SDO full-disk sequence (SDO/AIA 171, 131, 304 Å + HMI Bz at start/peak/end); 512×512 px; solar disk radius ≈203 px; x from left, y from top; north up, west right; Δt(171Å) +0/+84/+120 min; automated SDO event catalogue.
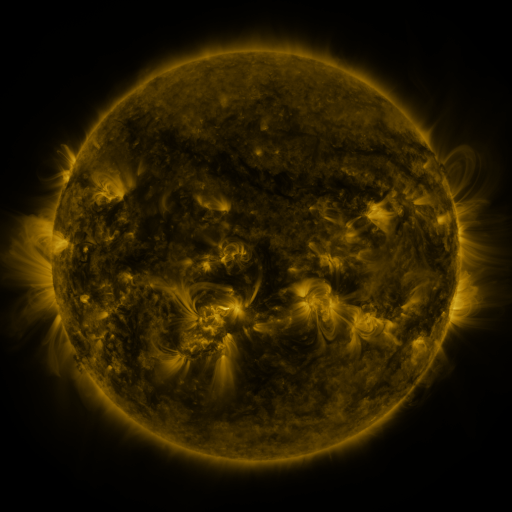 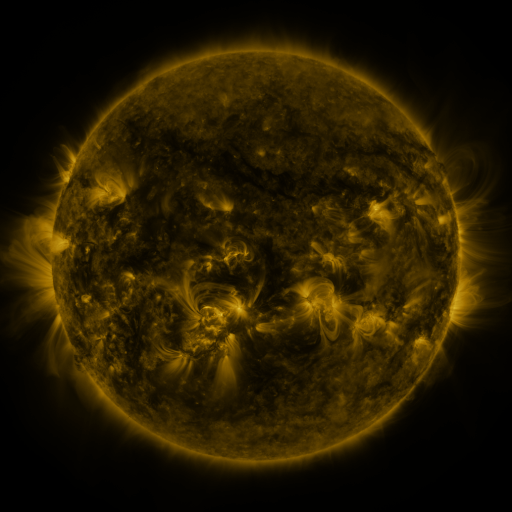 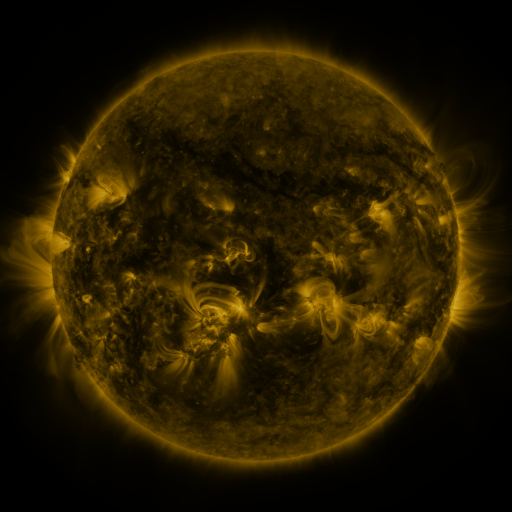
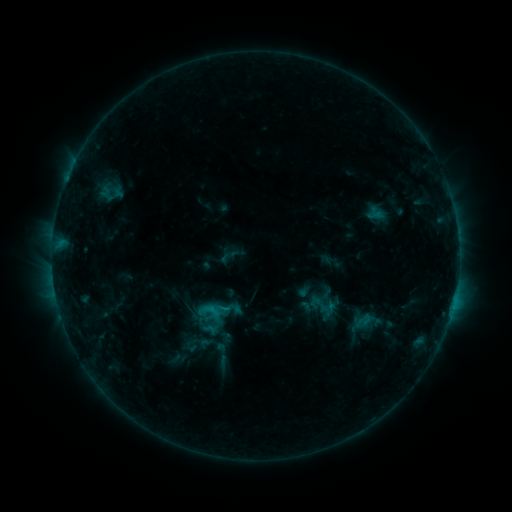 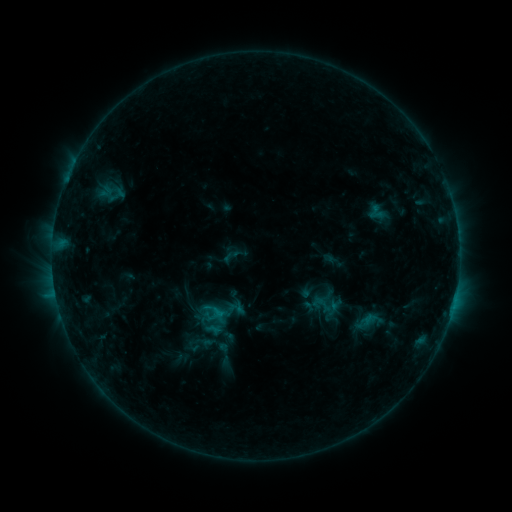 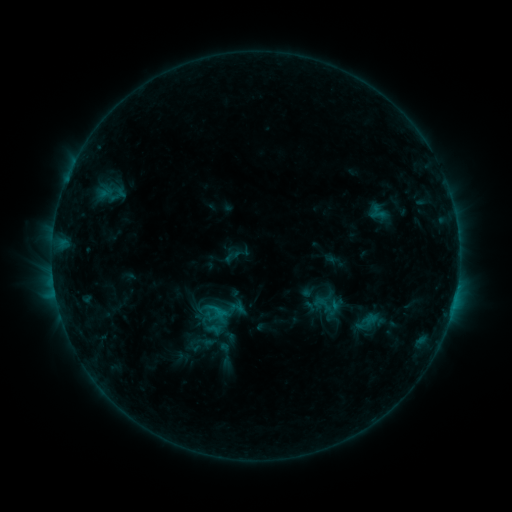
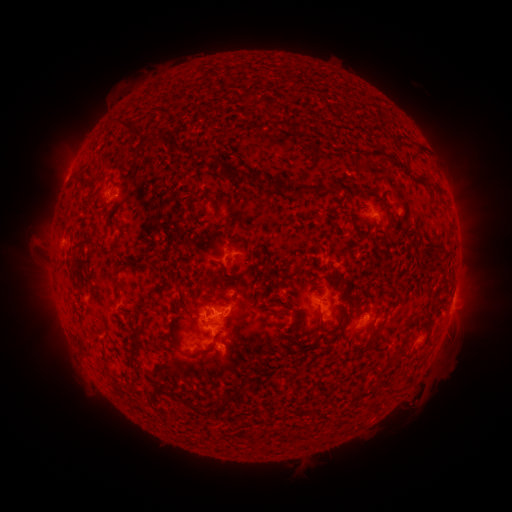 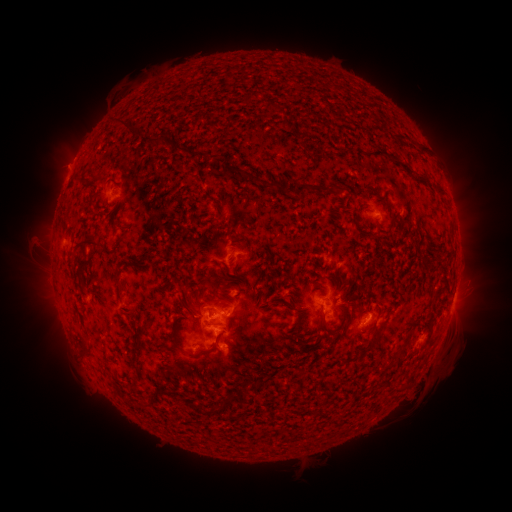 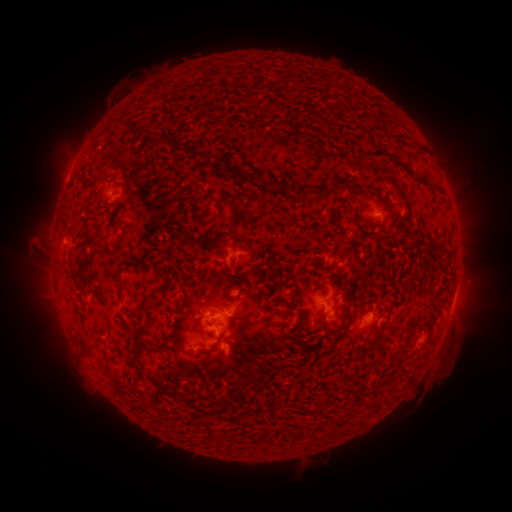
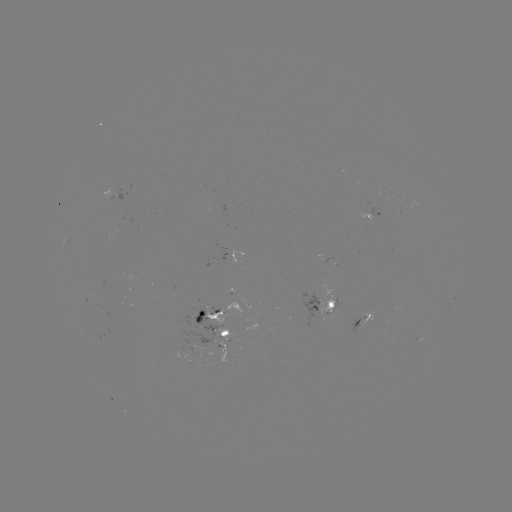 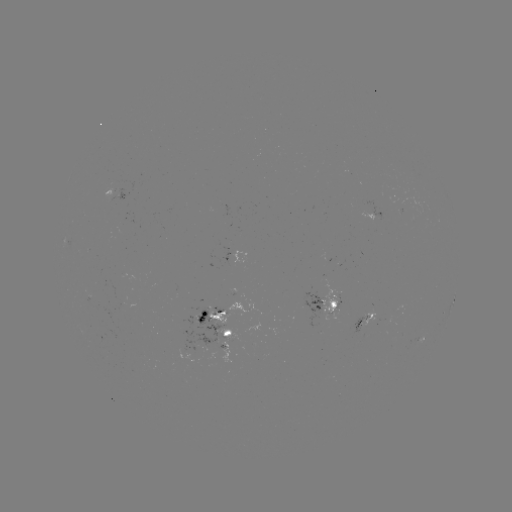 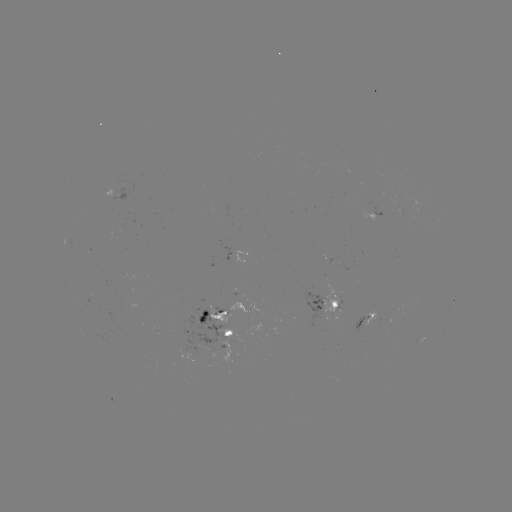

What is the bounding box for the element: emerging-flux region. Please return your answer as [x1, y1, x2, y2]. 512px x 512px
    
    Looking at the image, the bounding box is [395, 193, 428, 215].